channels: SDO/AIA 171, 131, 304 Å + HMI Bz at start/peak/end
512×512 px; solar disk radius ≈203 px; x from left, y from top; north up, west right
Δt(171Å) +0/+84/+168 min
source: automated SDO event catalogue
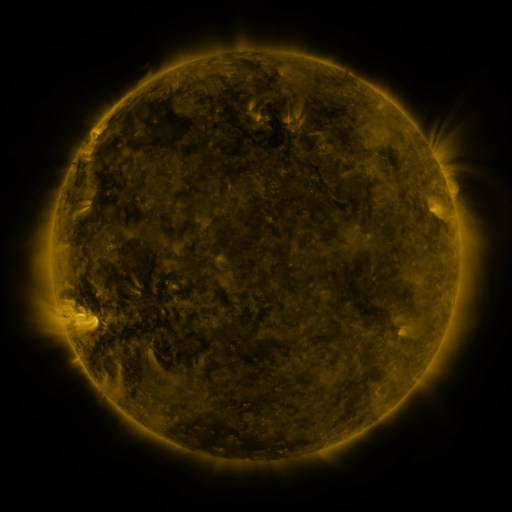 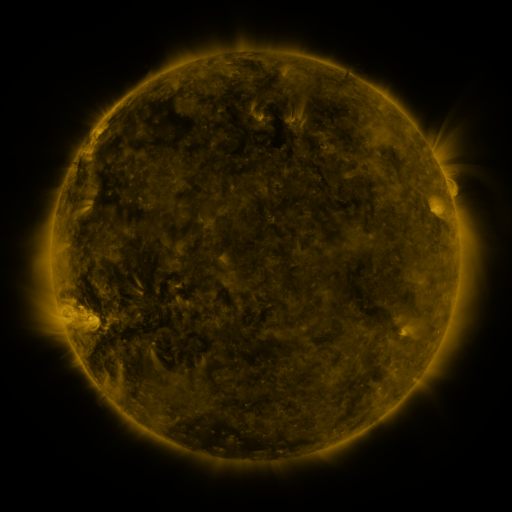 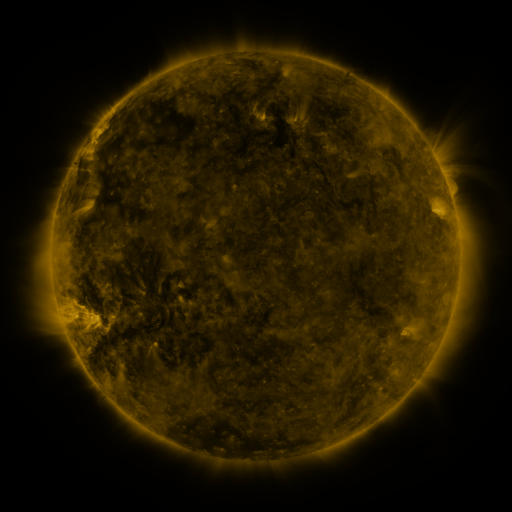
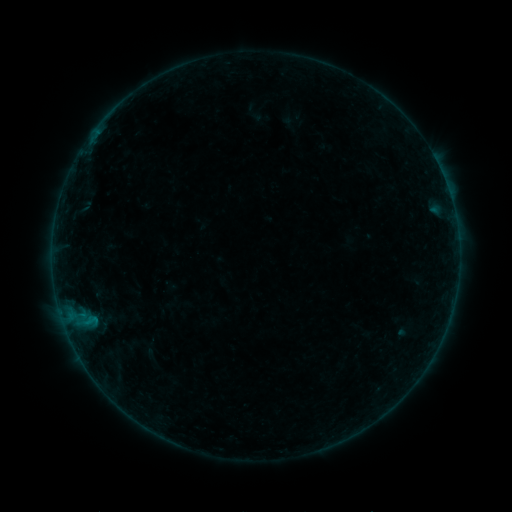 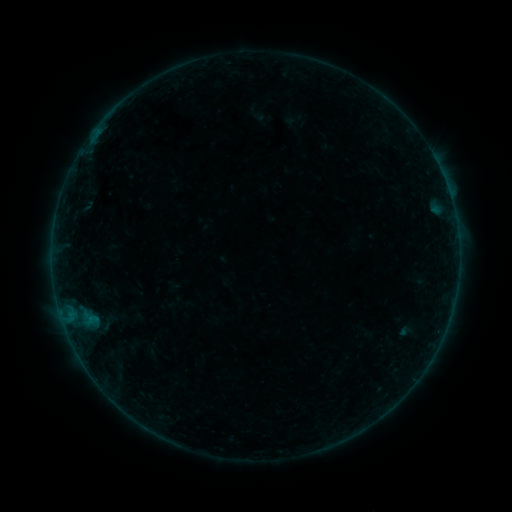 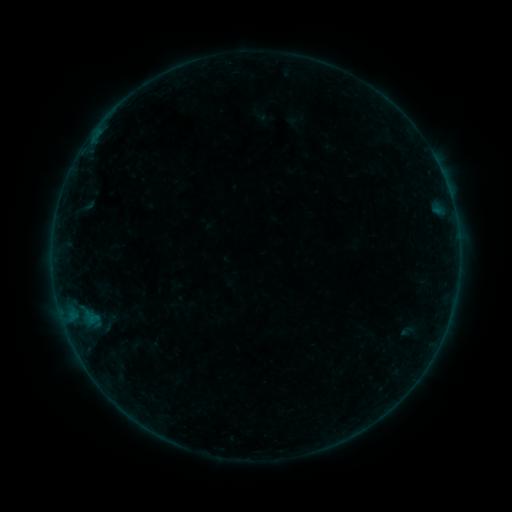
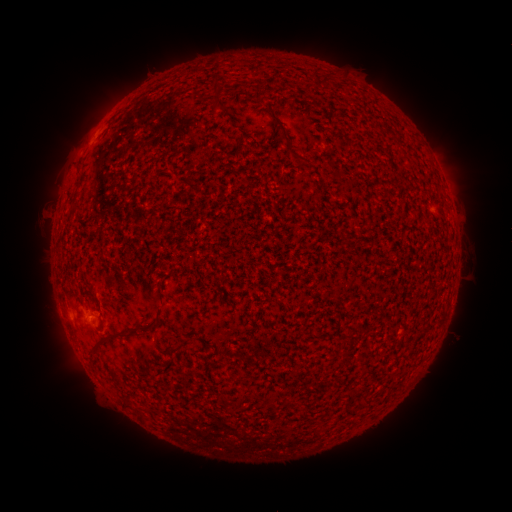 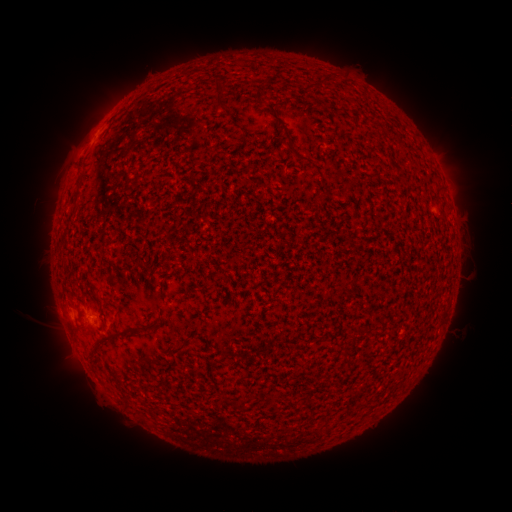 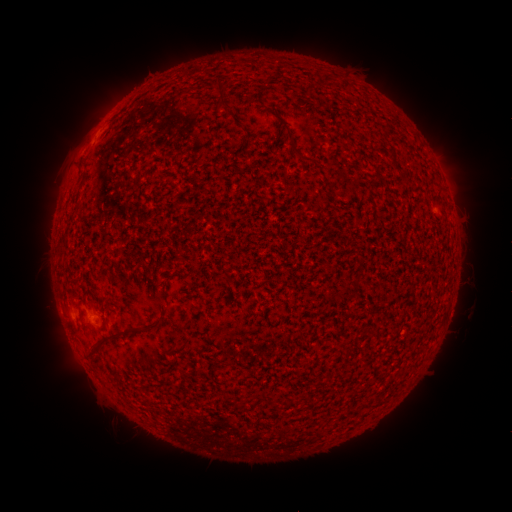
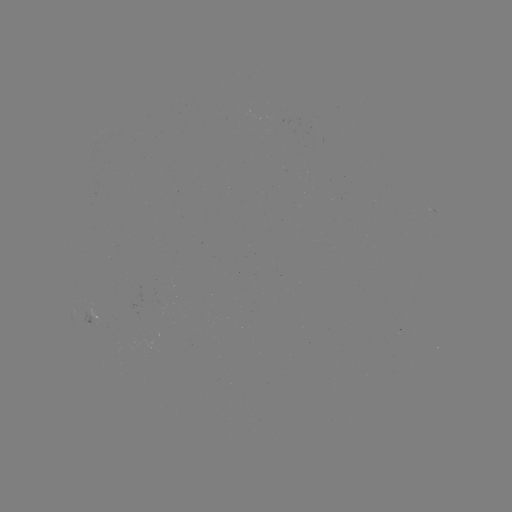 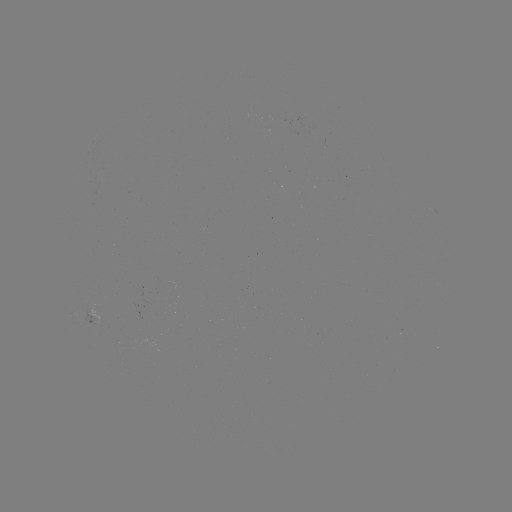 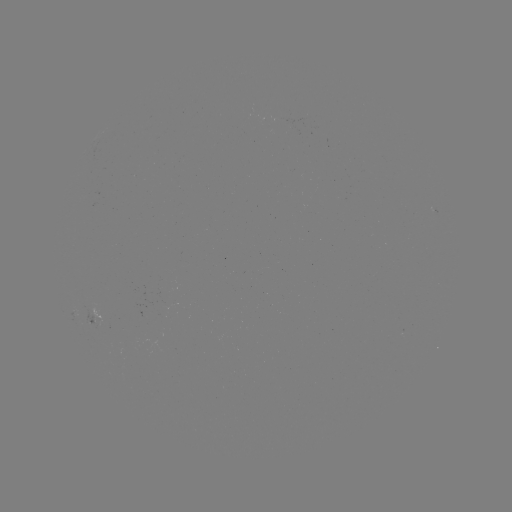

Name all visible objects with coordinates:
filament eruption: (465, 189)
